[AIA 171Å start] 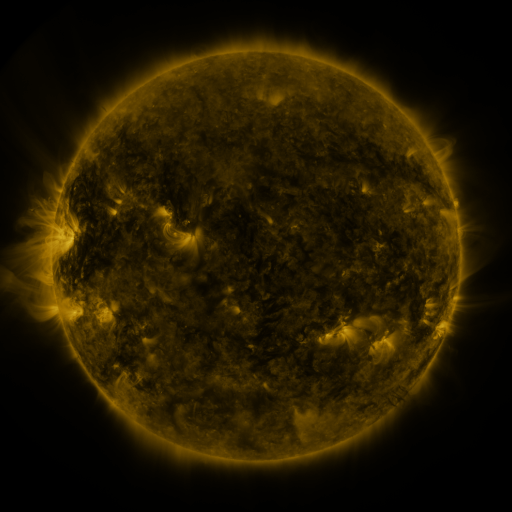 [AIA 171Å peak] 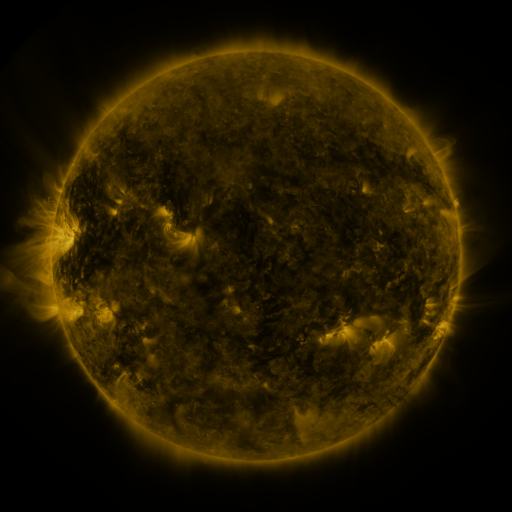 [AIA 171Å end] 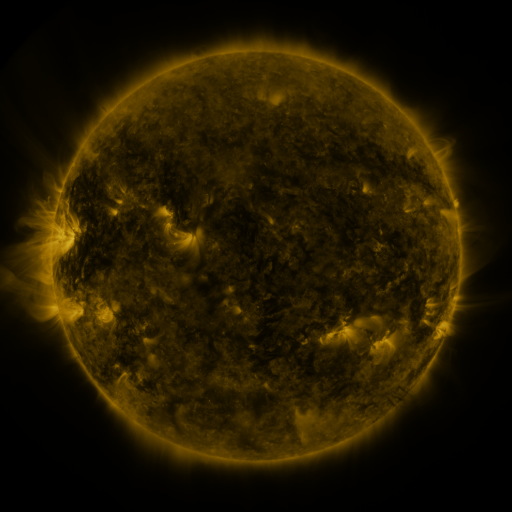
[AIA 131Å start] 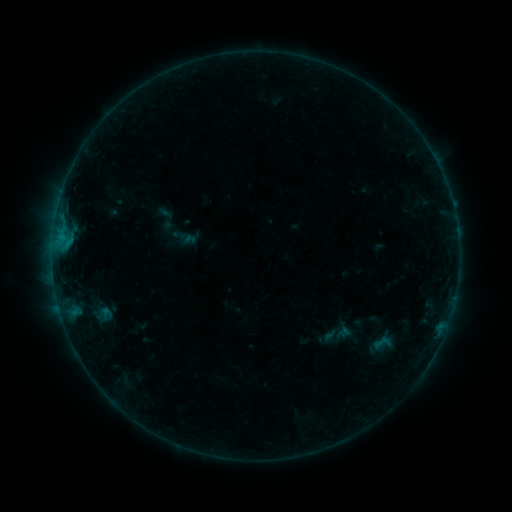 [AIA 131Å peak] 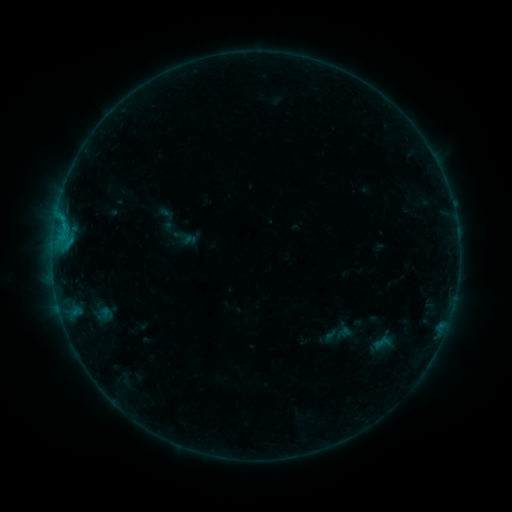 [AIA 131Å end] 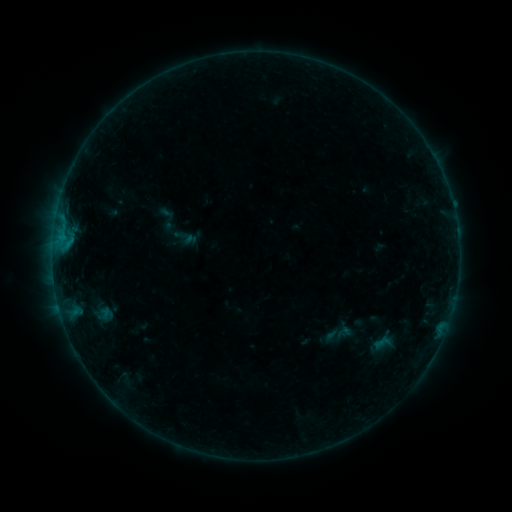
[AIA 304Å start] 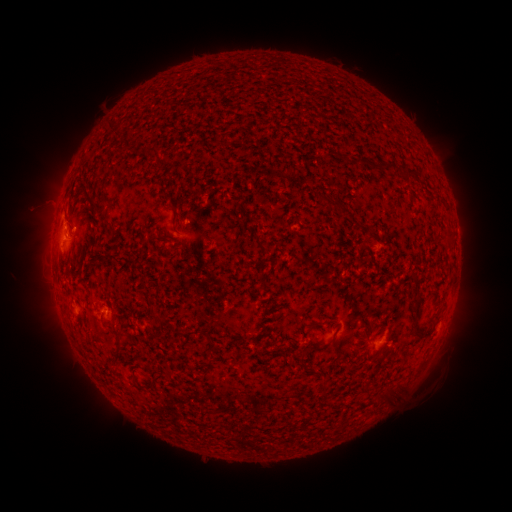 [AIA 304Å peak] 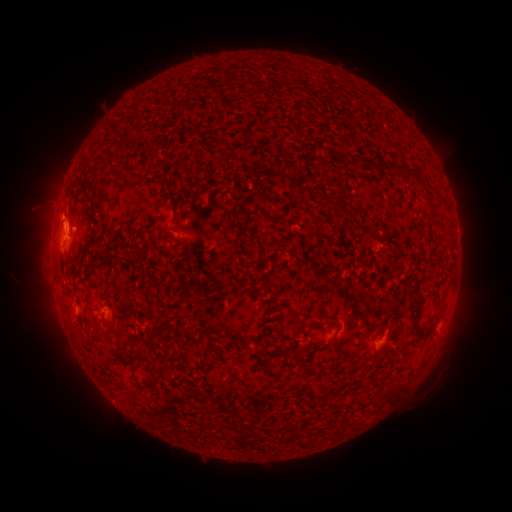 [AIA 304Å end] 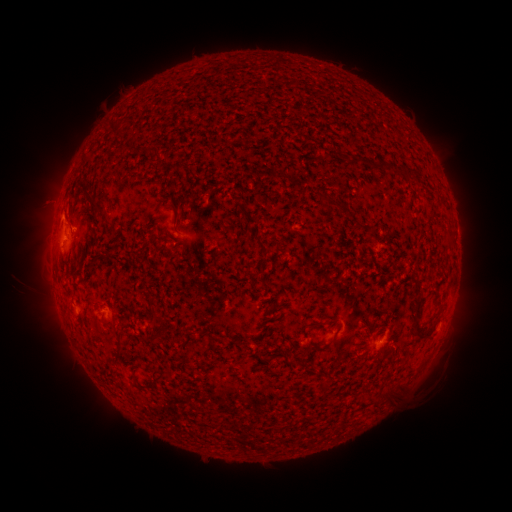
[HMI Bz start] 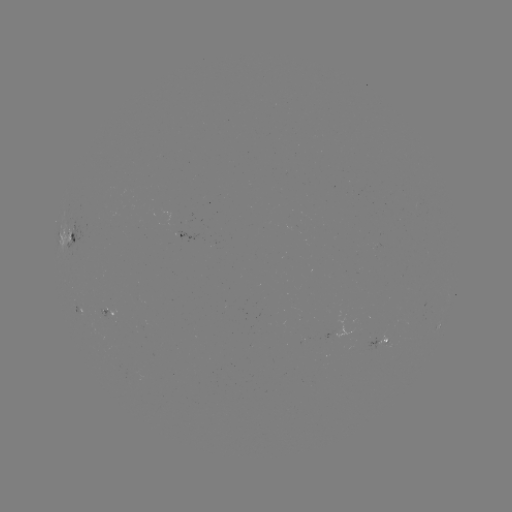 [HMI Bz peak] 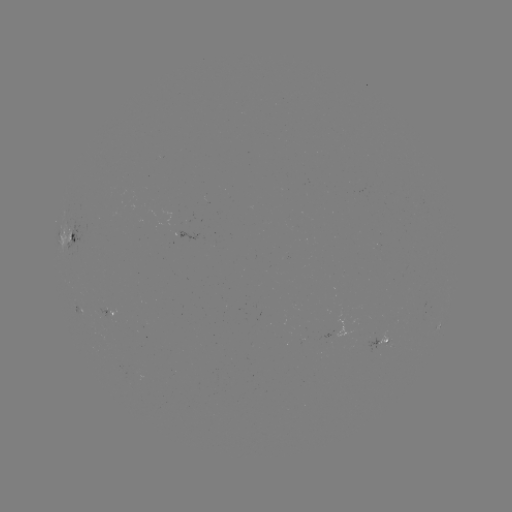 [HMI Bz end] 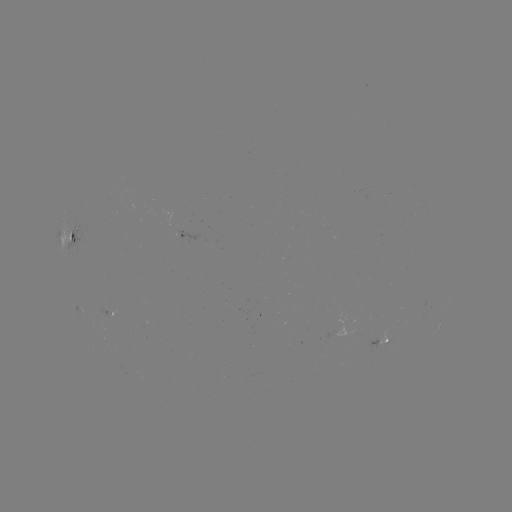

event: flare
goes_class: B5.7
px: (62, 221)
